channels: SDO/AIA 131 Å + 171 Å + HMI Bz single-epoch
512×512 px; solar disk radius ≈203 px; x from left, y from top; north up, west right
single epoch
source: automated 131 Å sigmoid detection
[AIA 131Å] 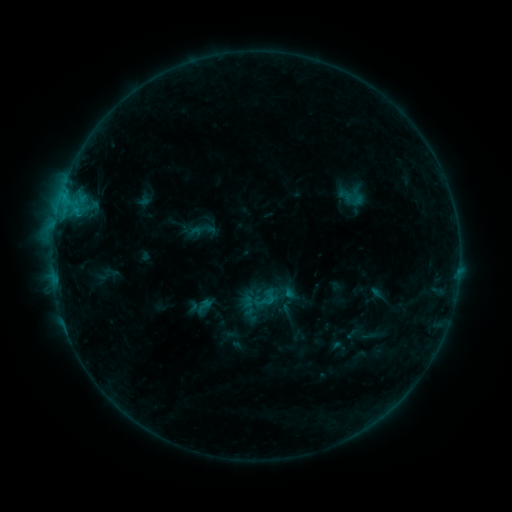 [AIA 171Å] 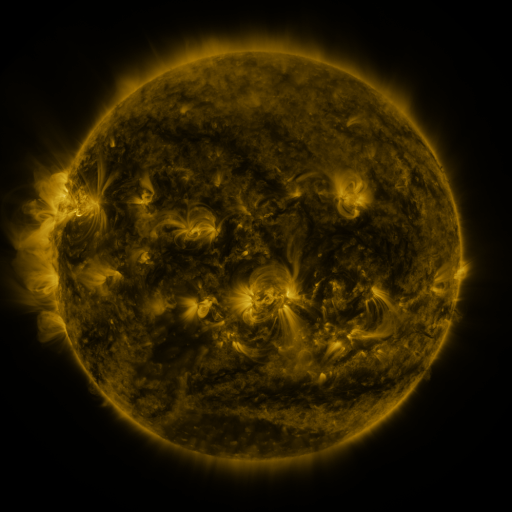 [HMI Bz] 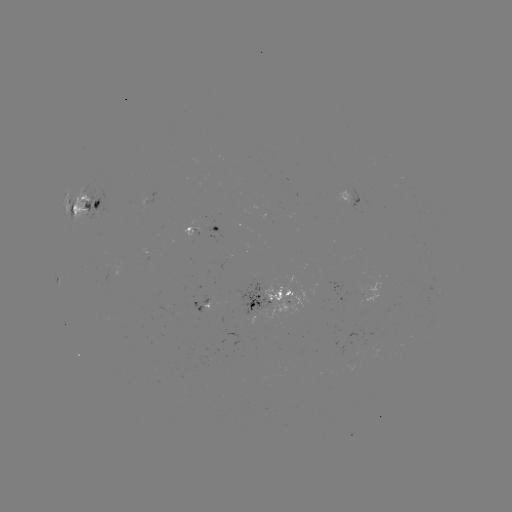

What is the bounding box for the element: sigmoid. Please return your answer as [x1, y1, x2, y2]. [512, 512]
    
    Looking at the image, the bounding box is [193, 296, 215, 315].